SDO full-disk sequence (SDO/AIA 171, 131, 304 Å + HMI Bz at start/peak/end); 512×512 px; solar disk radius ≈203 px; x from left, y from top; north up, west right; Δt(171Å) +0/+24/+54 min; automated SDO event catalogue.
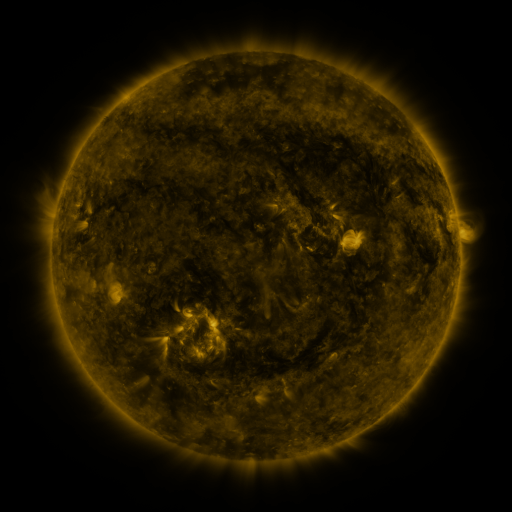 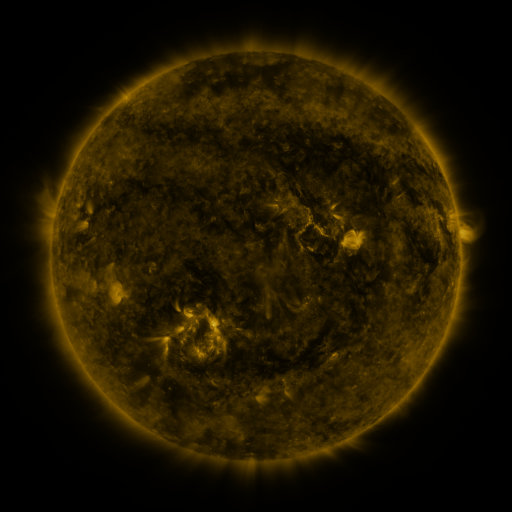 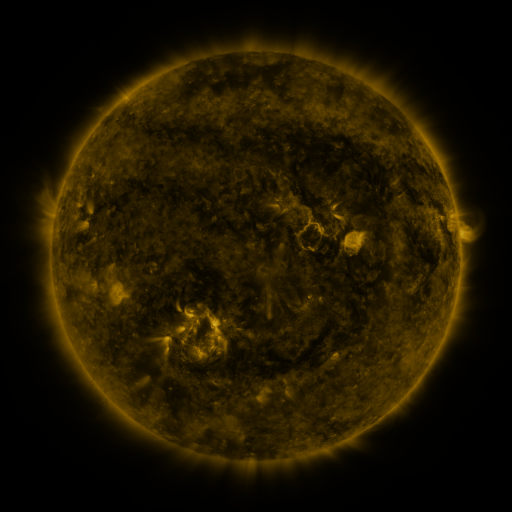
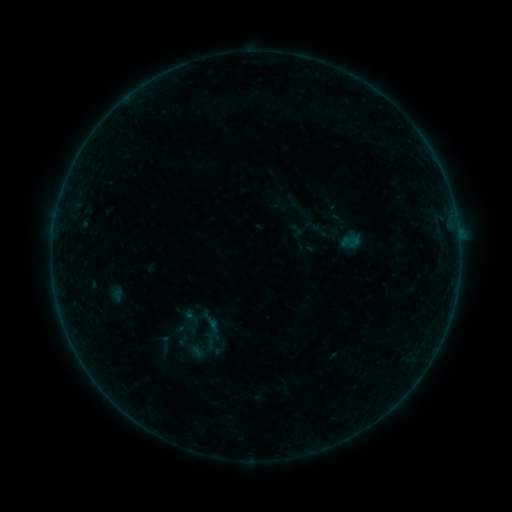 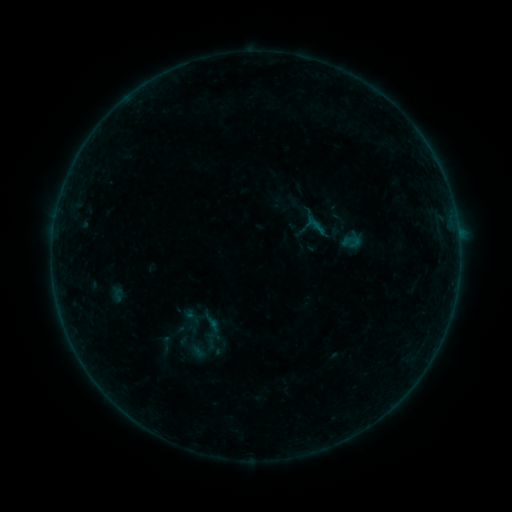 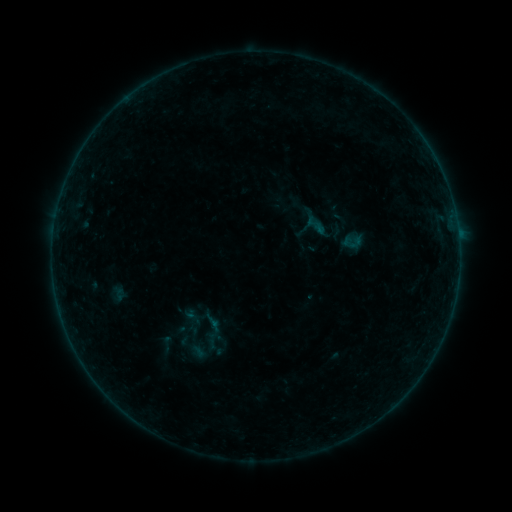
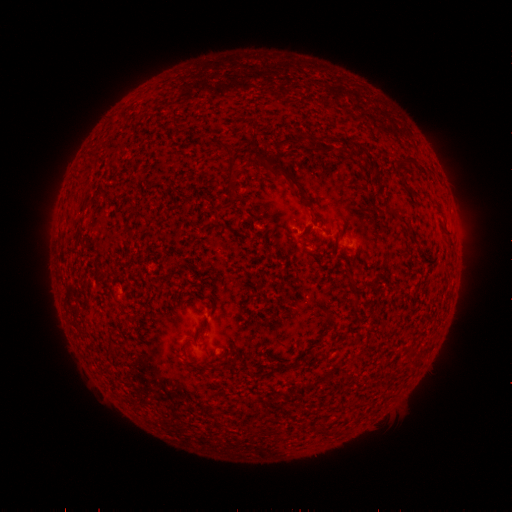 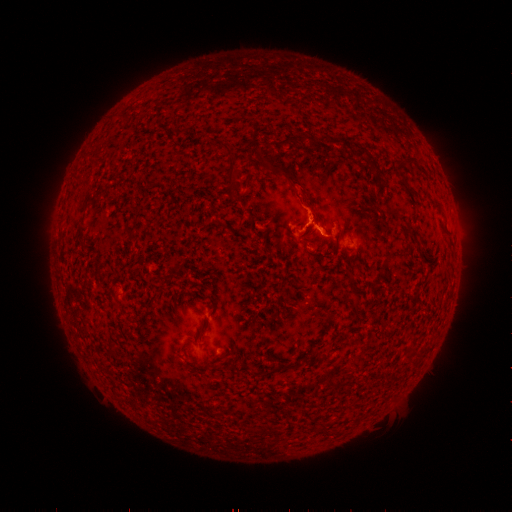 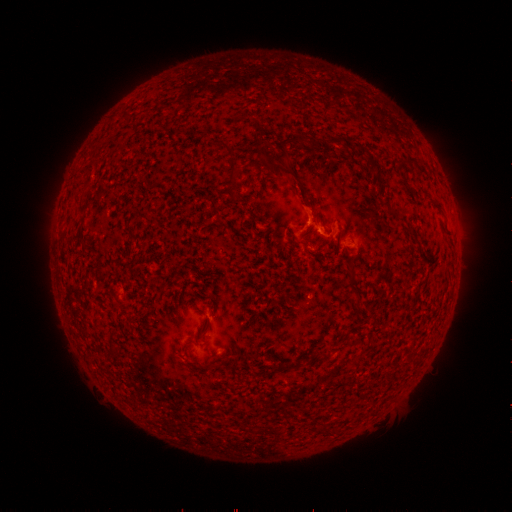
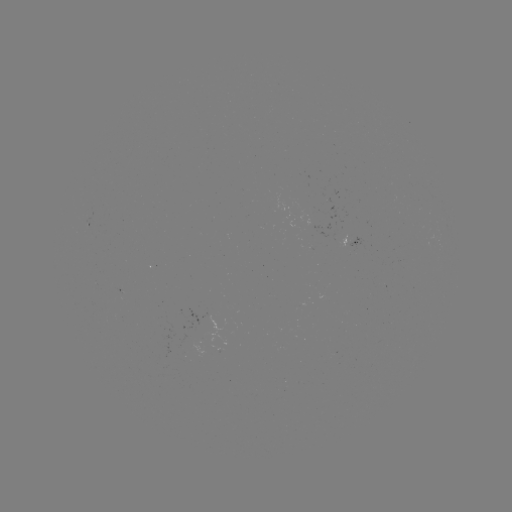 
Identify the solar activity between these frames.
B2.2 flare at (314, 226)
